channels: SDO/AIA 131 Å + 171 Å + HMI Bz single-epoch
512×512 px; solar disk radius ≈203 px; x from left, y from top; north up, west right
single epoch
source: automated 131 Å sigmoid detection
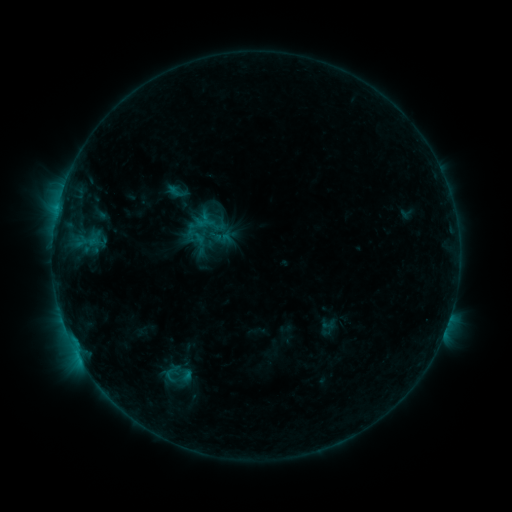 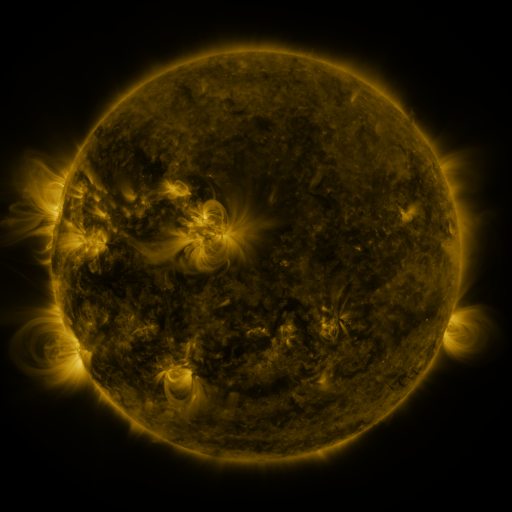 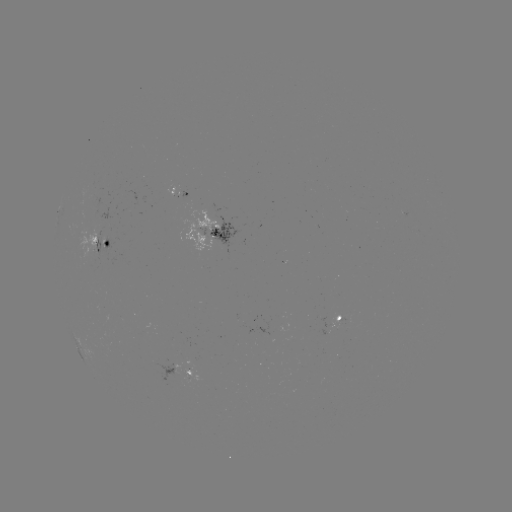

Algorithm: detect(sigmoid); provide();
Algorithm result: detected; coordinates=[177, 192]